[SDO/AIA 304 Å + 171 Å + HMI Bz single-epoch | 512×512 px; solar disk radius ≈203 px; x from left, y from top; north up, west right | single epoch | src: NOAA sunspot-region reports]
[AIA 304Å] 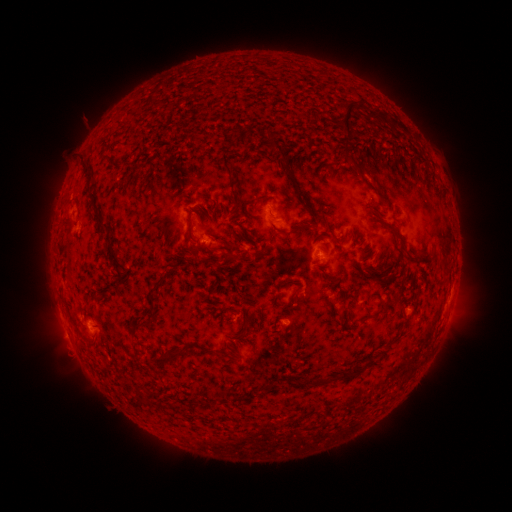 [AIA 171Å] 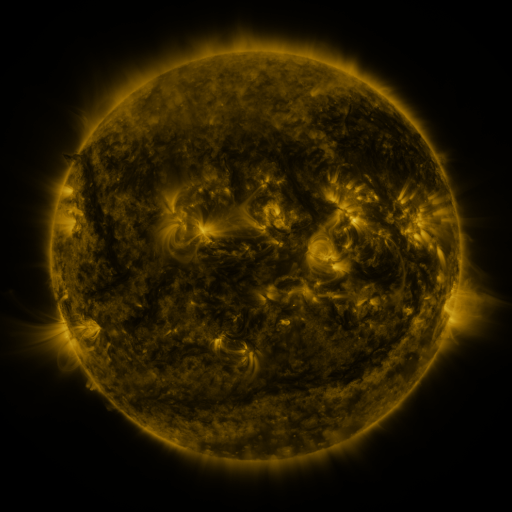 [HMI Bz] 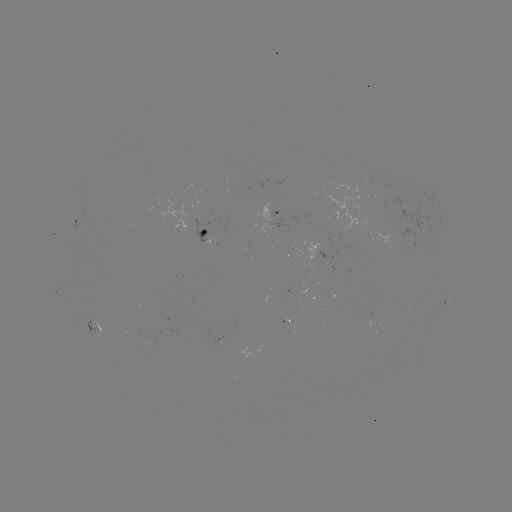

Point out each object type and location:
spotted active region: (276, 213)
spotted active region: (77, 226)
spotted active region: (207, 233)
spotted active region: (335, 254)
spotted active region: (93, 323)
